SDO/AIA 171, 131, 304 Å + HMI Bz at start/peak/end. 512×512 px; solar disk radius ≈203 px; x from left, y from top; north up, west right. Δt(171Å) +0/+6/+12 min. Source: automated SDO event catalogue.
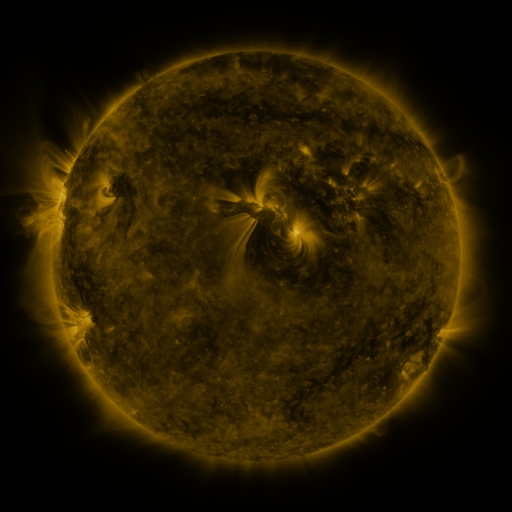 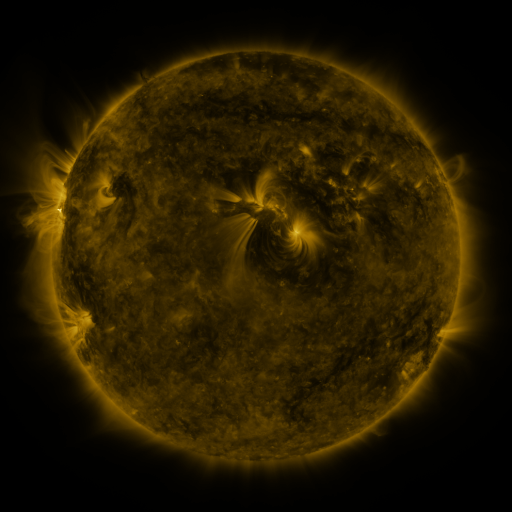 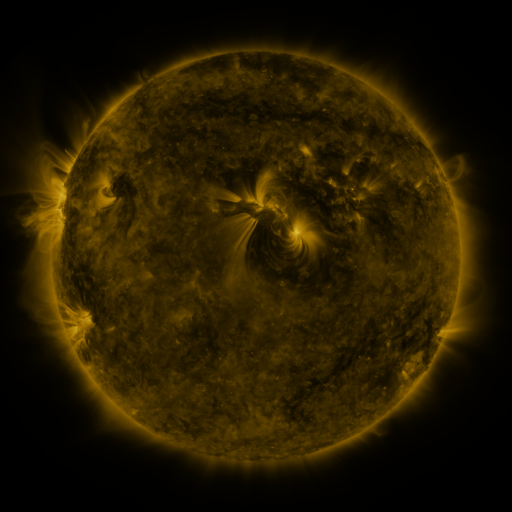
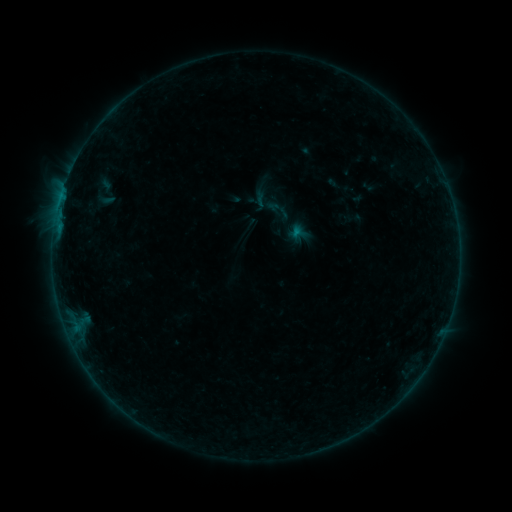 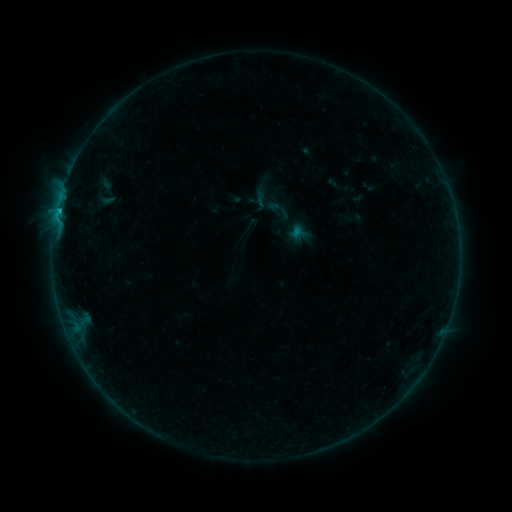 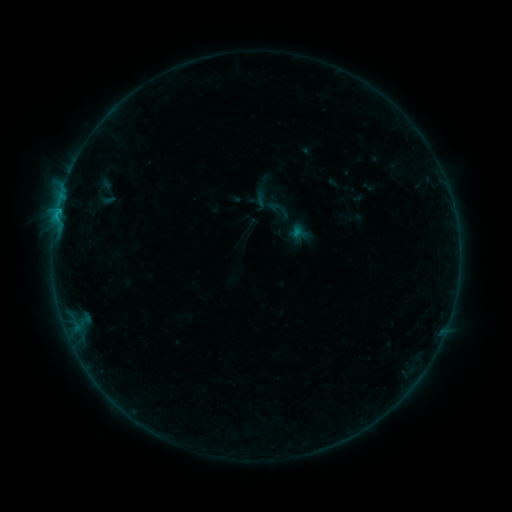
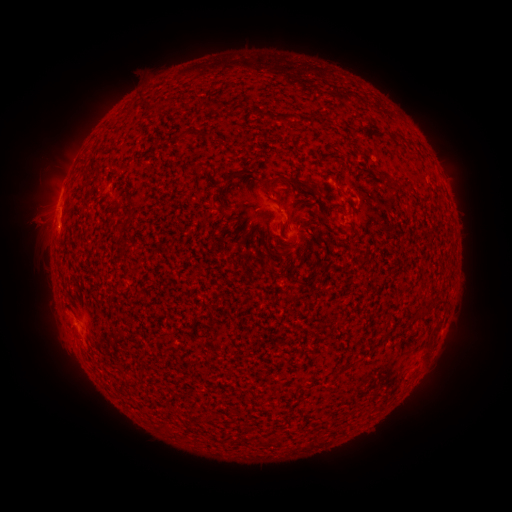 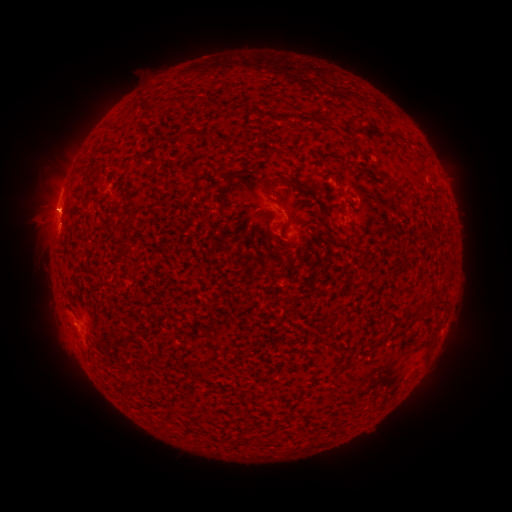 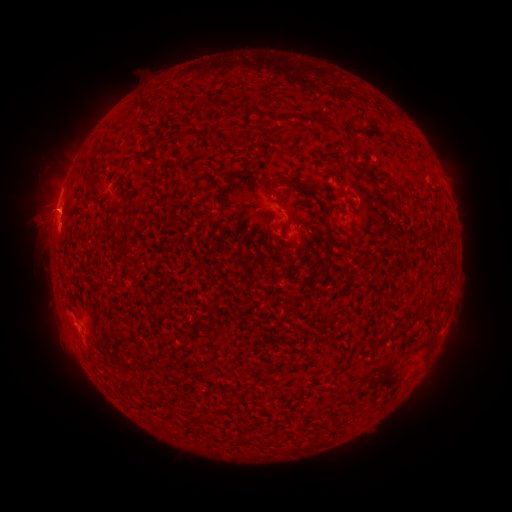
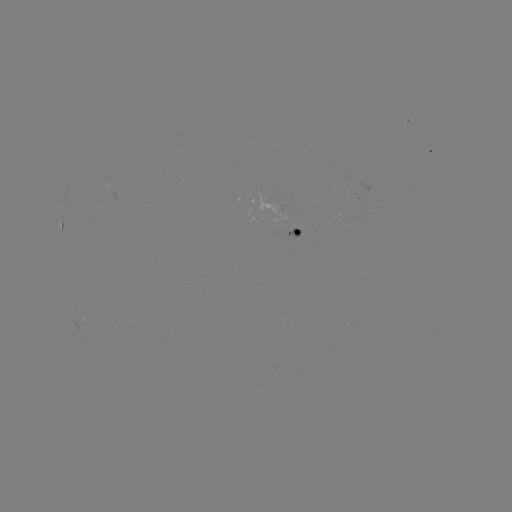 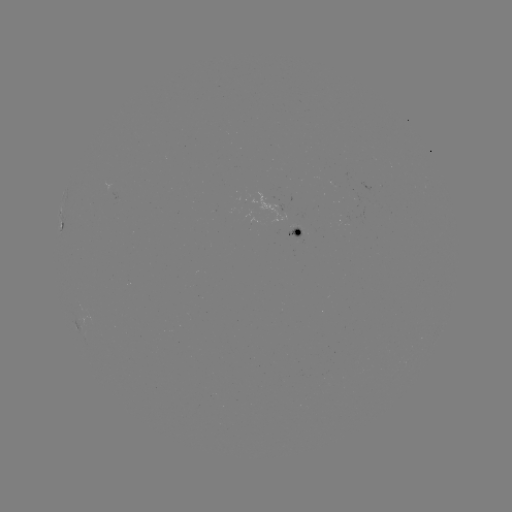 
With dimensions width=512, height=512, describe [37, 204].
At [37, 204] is eruption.